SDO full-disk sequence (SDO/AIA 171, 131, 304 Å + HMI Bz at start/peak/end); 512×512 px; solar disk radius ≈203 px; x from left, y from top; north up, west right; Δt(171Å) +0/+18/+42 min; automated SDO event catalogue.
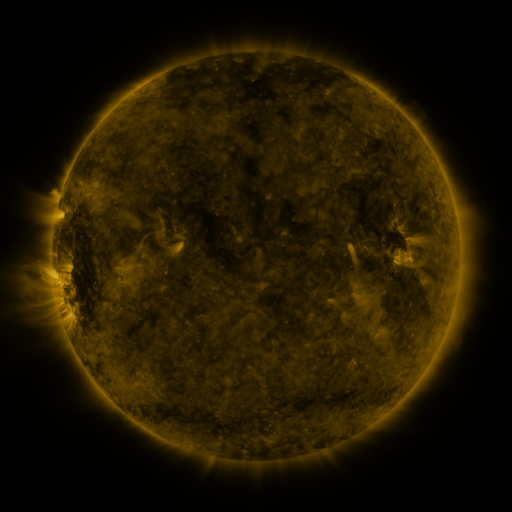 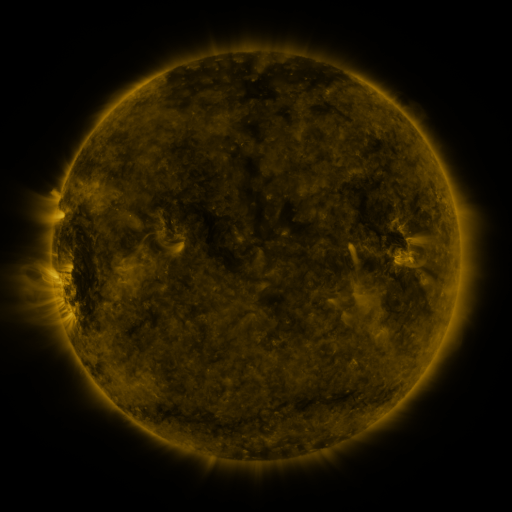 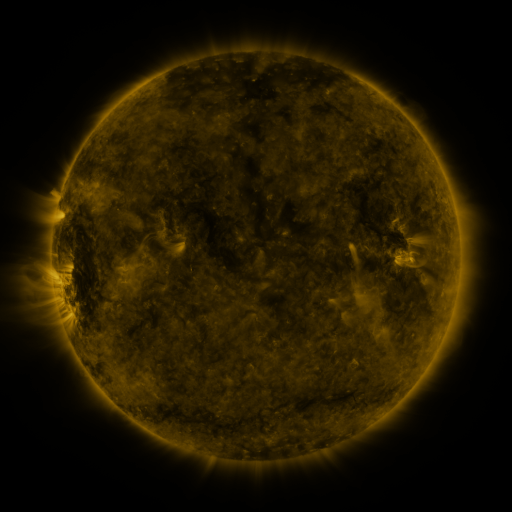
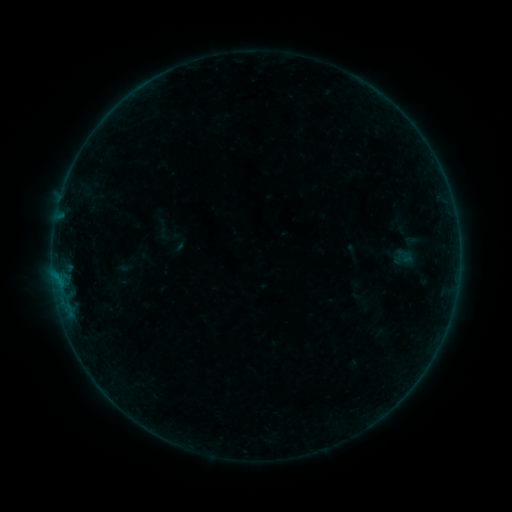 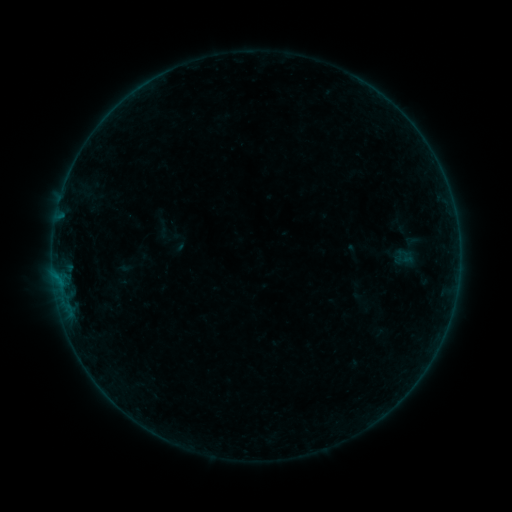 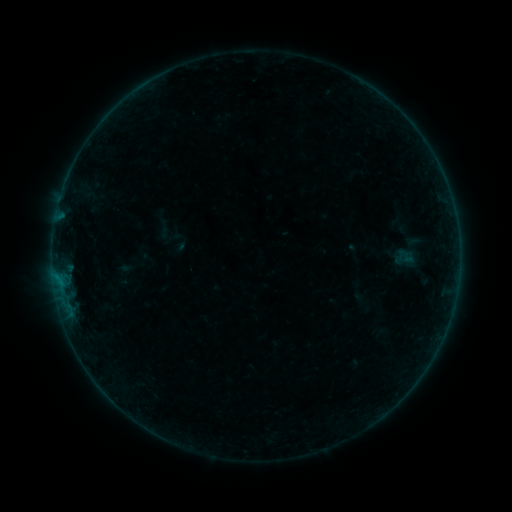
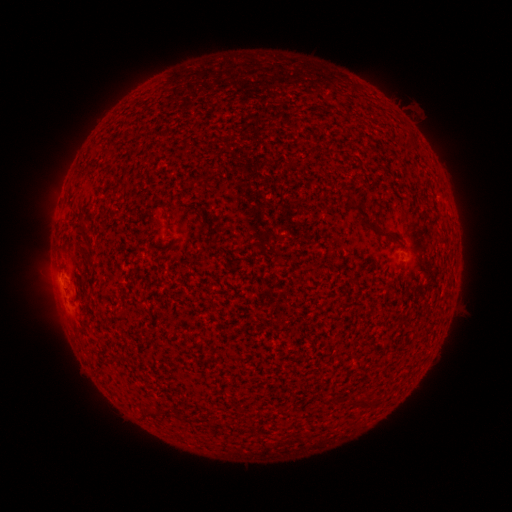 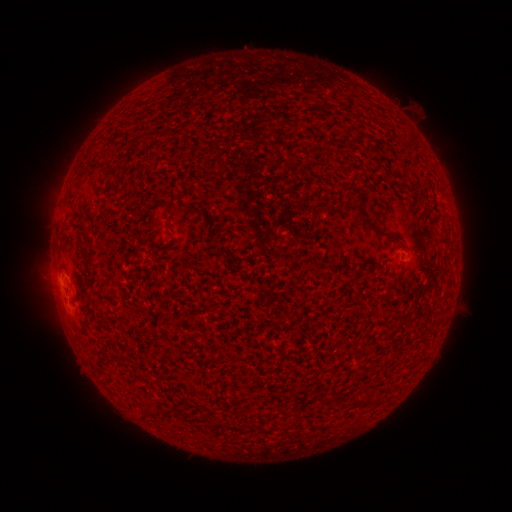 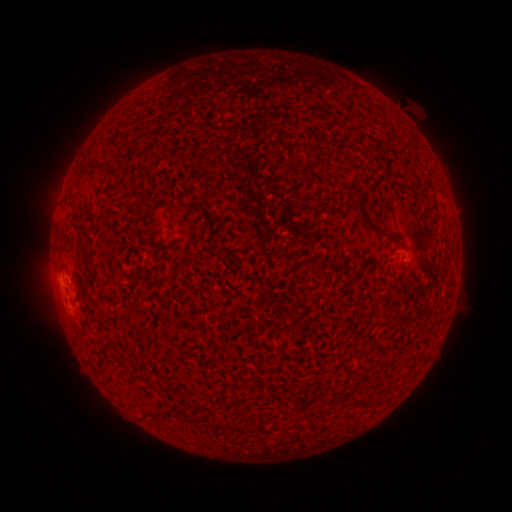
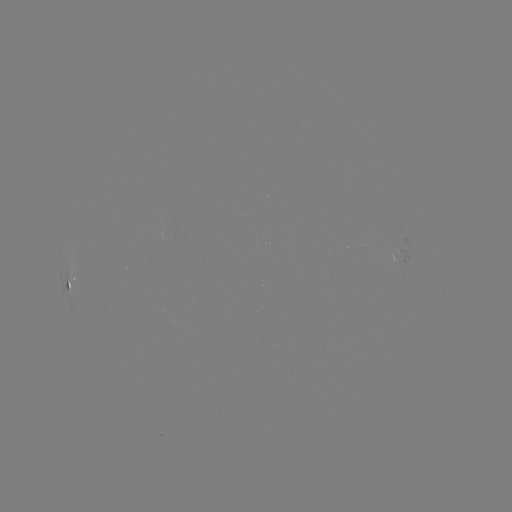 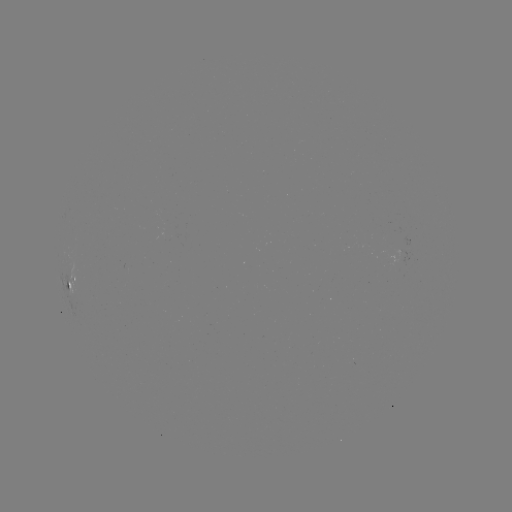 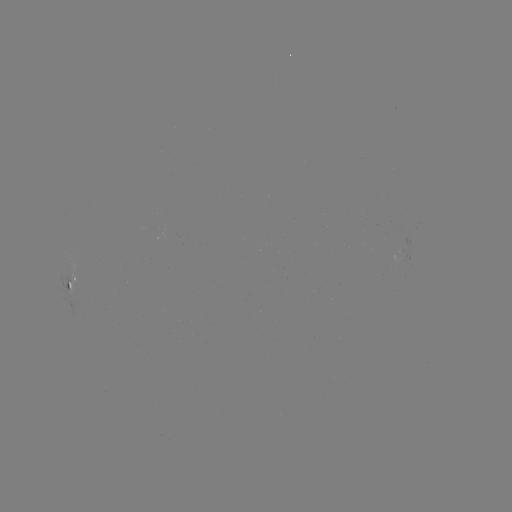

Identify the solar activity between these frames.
no flare in any classed list; no EUV-trigger detection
